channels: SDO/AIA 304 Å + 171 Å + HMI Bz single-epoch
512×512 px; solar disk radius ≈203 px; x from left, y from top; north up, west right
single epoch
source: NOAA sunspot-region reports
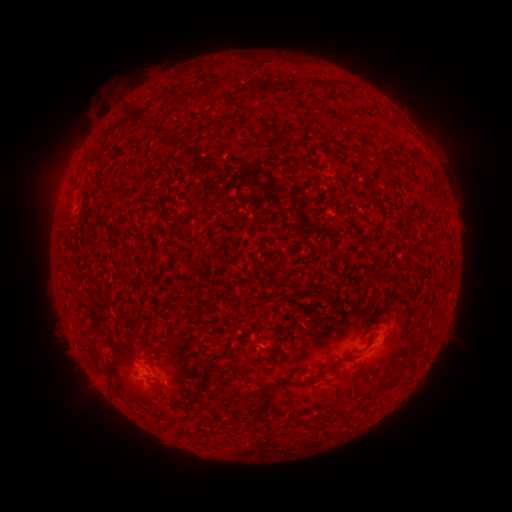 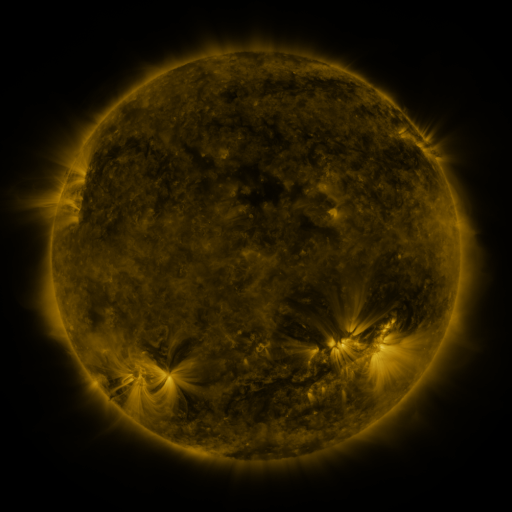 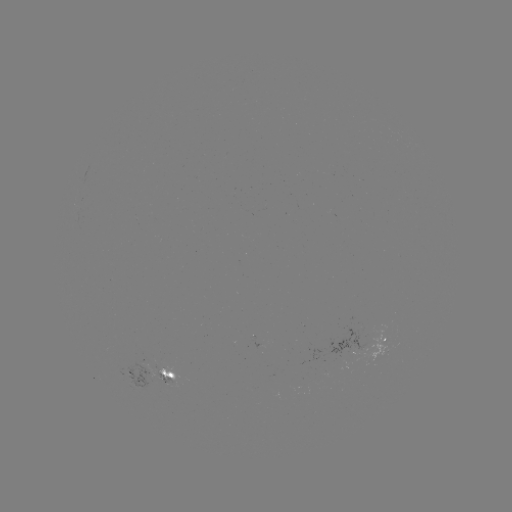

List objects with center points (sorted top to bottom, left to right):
spotted active region: (363, 344)
spotted active region: (152, 374)
